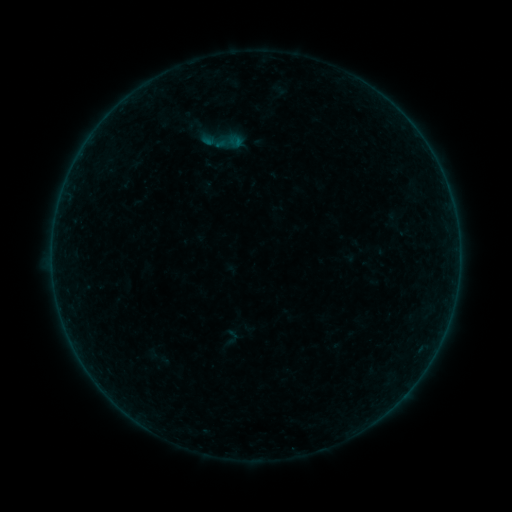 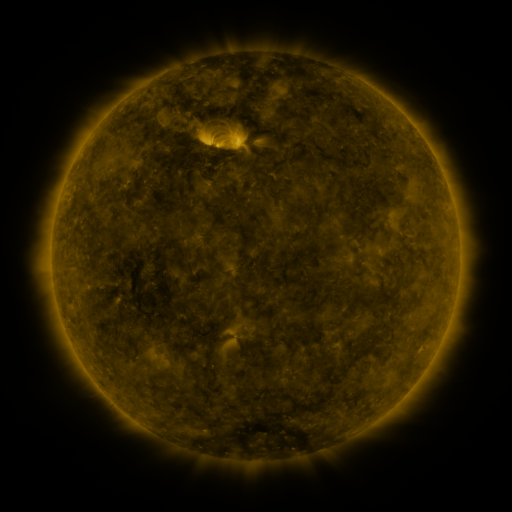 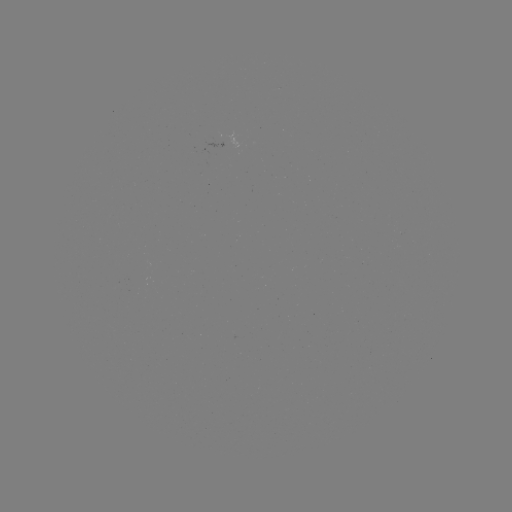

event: sigmoid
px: (230, 142)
